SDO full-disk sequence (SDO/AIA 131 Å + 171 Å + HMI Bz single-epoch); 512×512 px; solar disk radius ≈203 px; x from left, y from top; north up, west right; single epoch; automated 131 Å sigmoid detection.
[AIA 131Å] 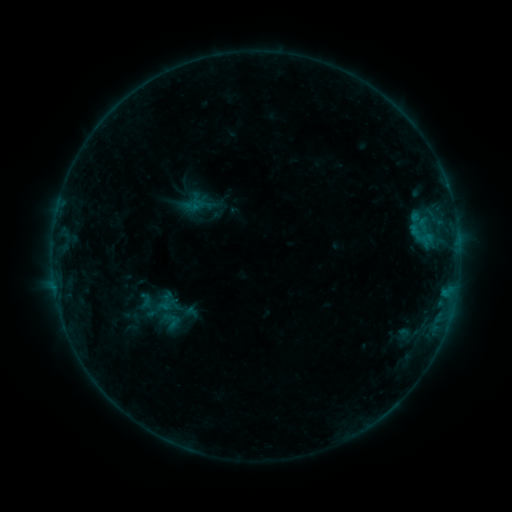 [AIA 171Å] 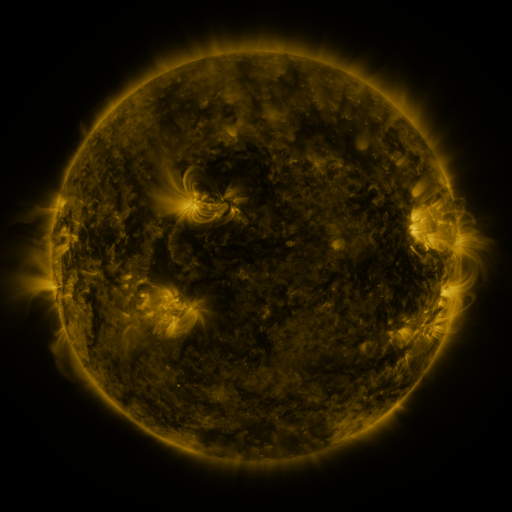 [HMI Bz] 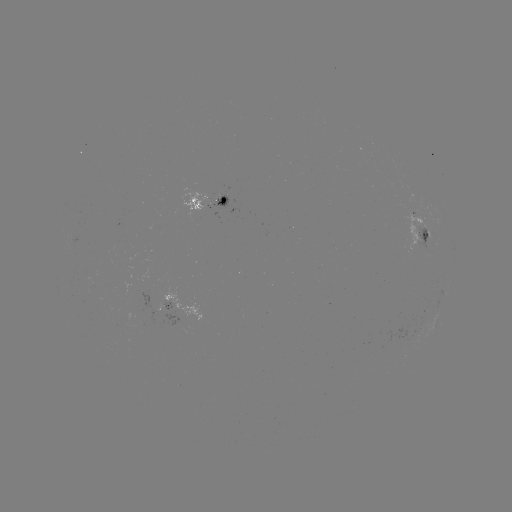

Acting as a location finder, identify sigmoid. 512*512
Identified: [170, 321].